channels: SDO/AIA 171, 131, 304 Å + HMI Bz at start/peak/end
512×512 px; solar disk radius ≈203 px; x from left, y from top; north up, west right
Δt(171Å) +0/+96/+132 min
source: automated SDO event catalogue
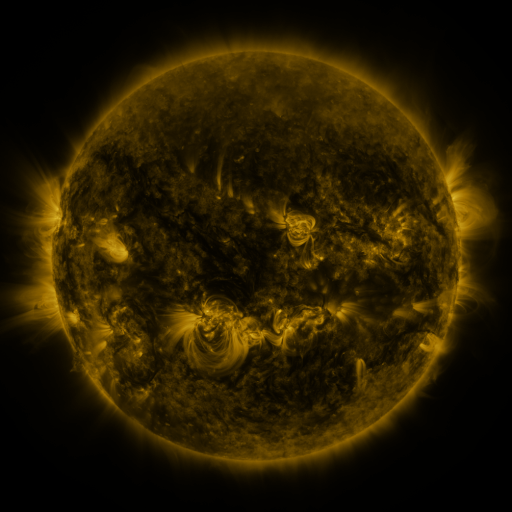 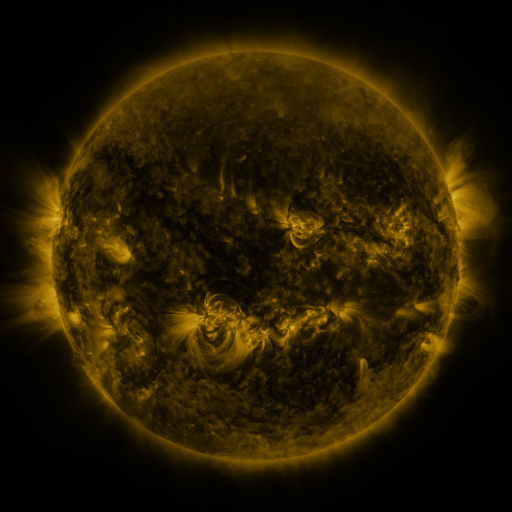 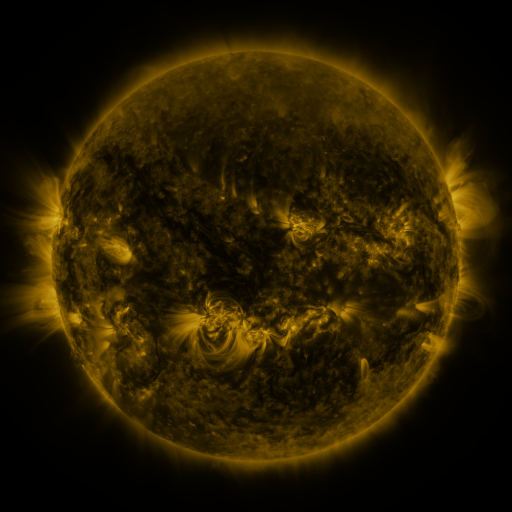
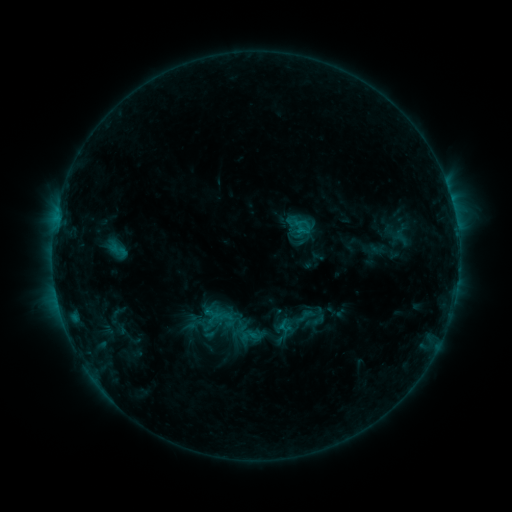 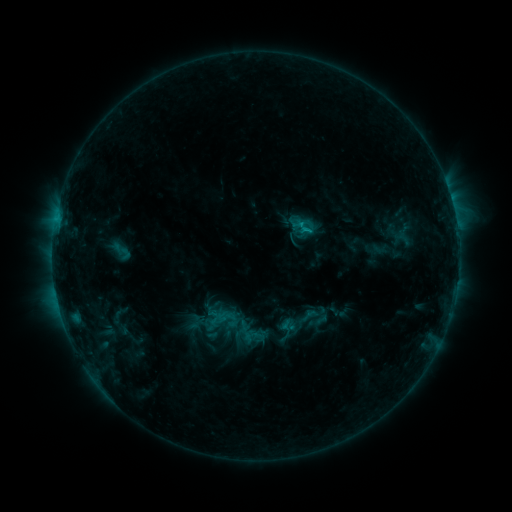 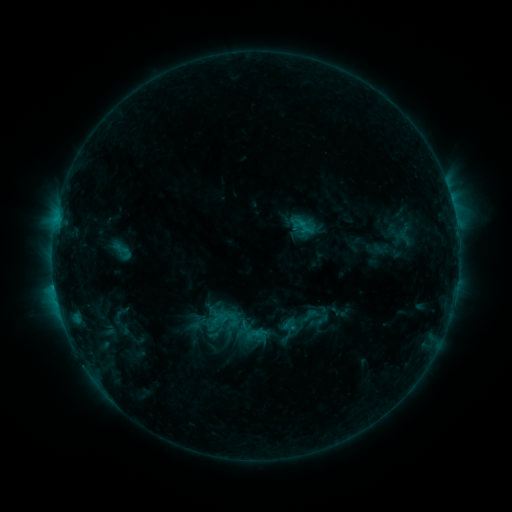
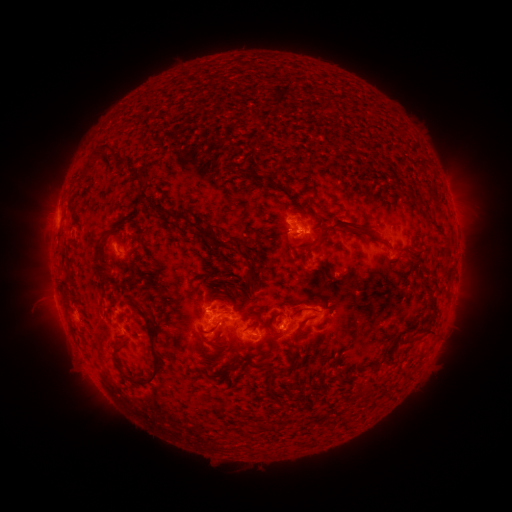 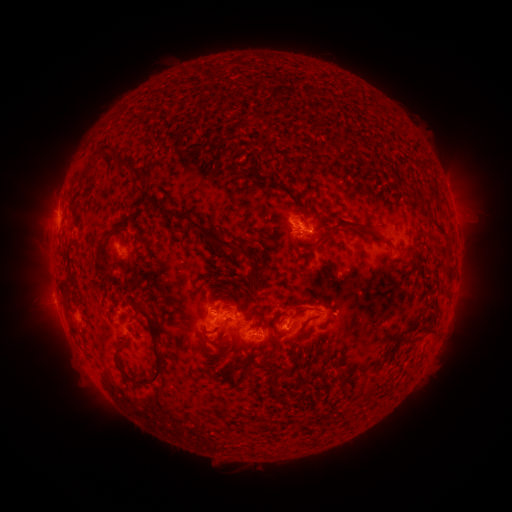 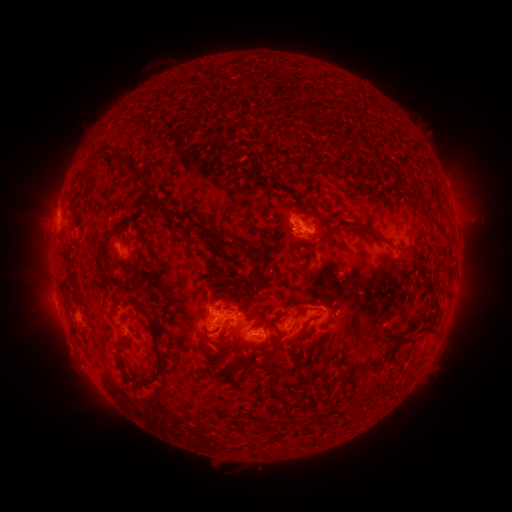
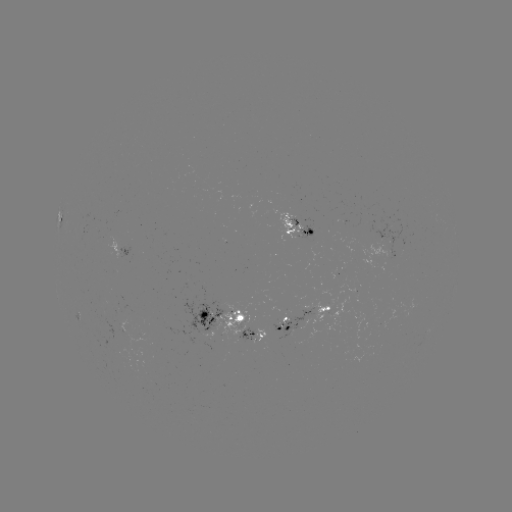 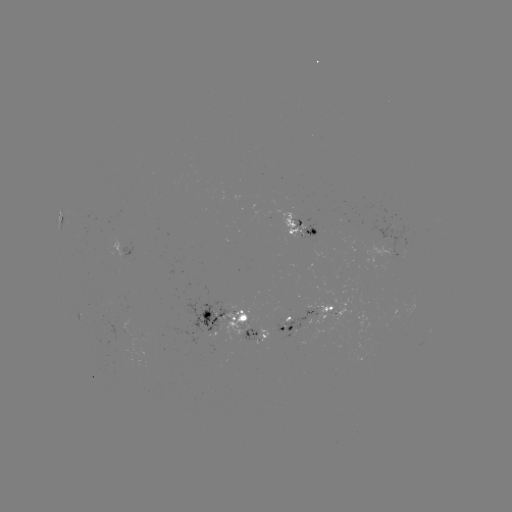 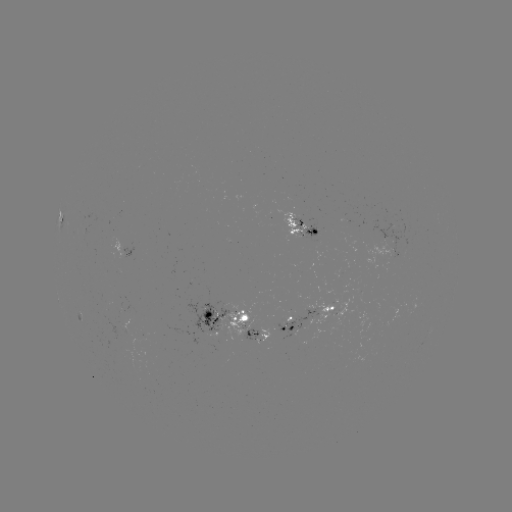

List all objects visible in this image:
emerging-flux region: (236, 316)
